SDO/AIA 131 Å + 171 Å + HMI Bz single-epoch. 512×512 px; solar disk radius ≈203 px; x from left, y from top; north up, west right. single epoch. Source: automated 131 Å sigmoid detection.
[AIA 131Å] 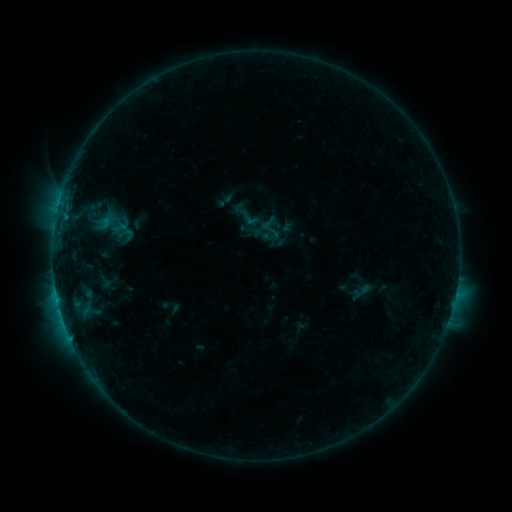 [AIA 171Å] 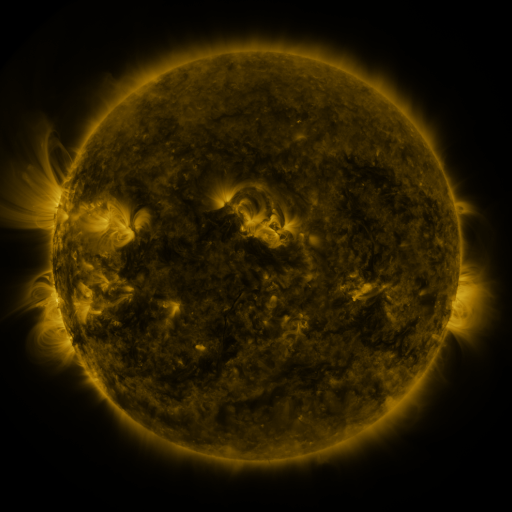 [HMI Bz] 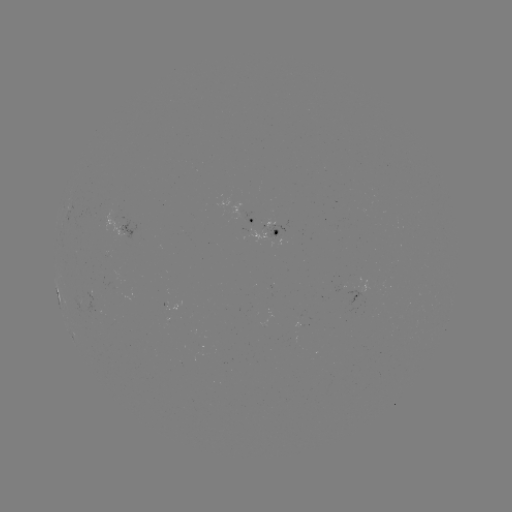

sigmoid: <bbox>241, 210, 259, 228</bbox>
